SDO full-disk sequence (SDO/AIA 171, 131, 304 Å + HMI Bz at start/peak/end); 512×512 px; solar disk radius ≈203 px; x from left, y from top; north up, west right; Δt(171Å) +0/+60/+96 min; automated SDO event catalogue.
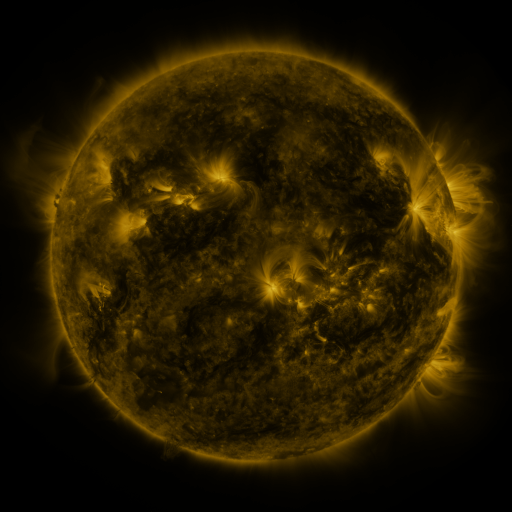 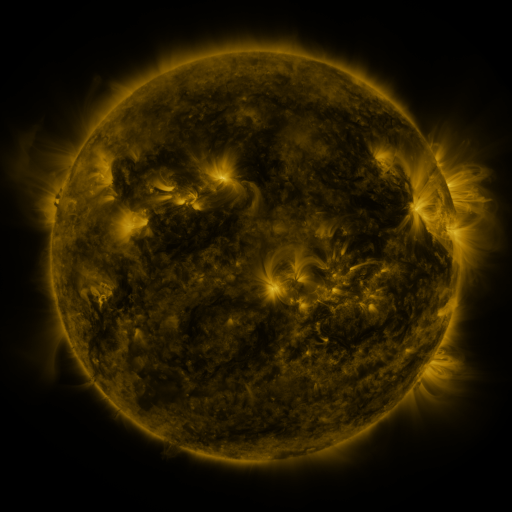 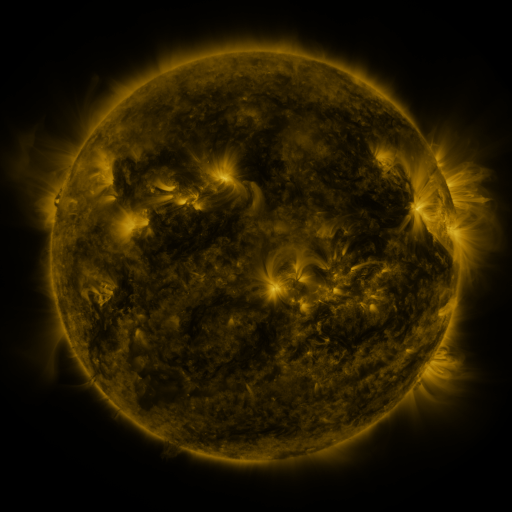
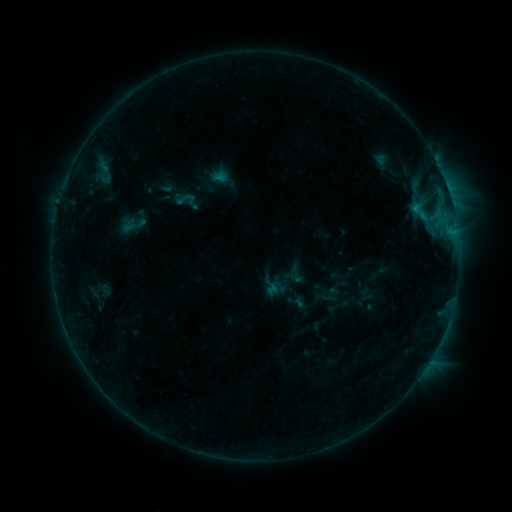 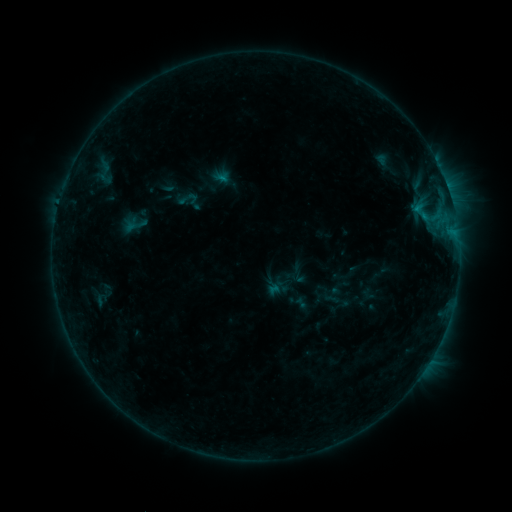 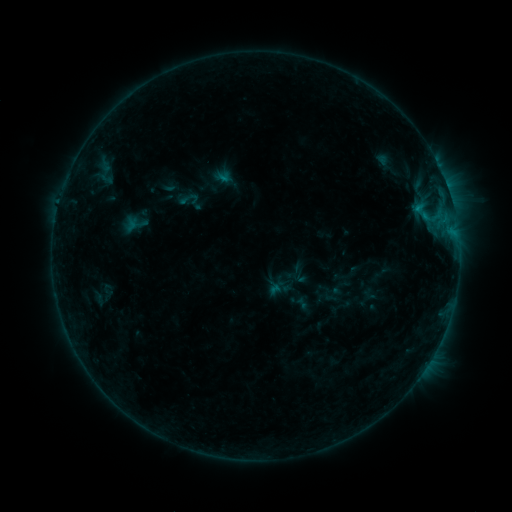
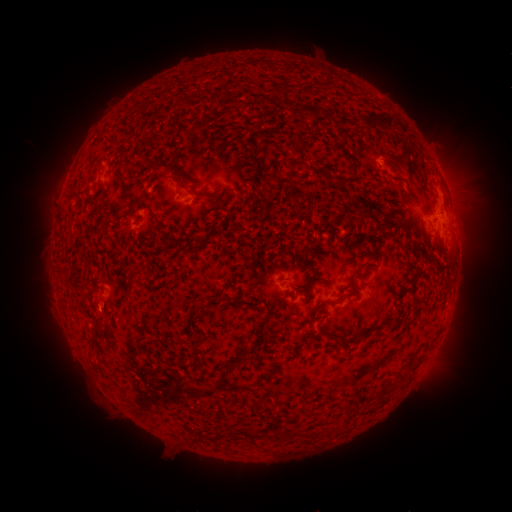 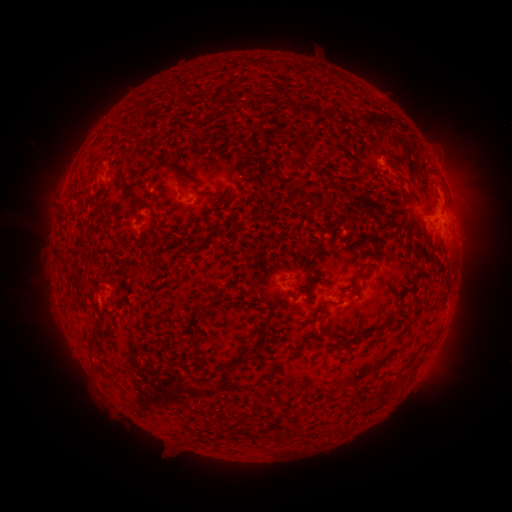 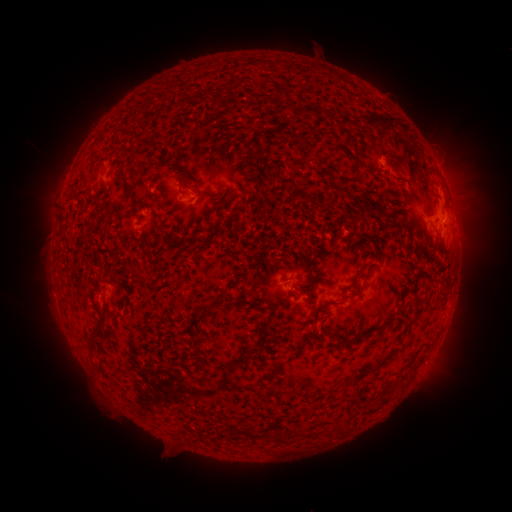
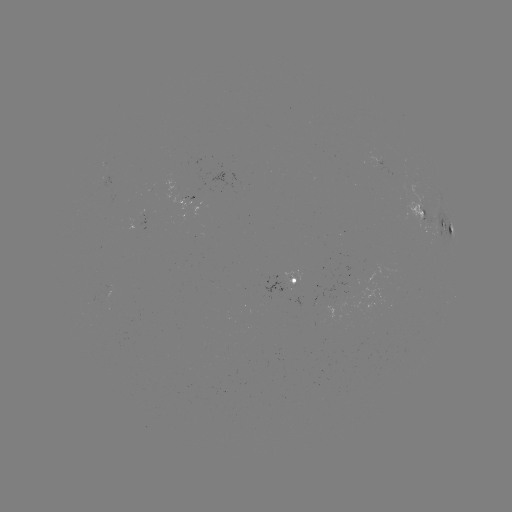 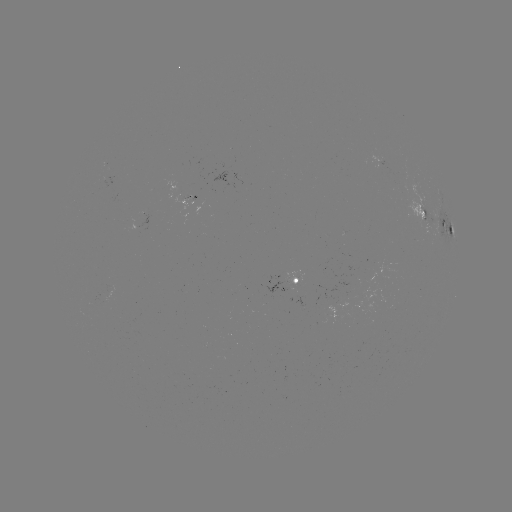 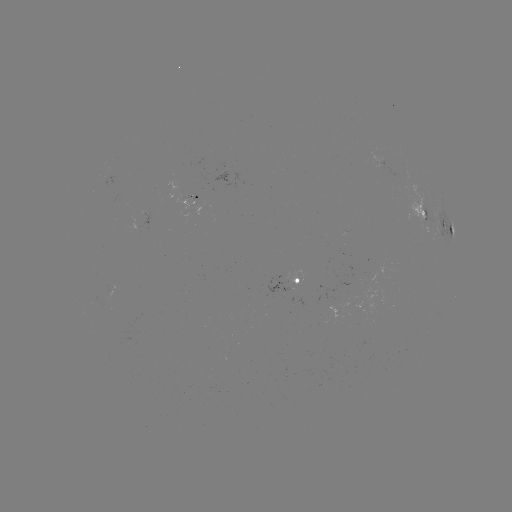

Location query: emerging-flux region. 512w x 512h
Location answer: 198,195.